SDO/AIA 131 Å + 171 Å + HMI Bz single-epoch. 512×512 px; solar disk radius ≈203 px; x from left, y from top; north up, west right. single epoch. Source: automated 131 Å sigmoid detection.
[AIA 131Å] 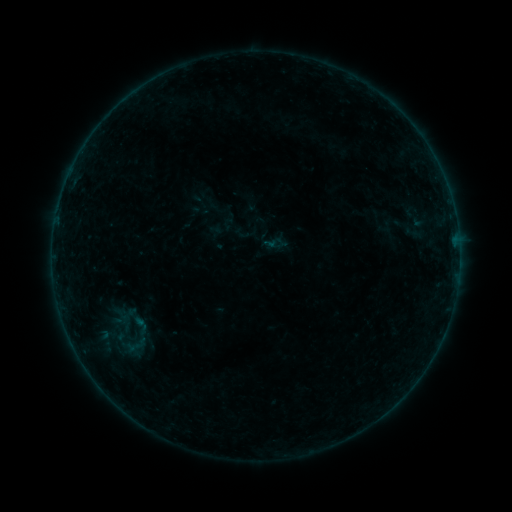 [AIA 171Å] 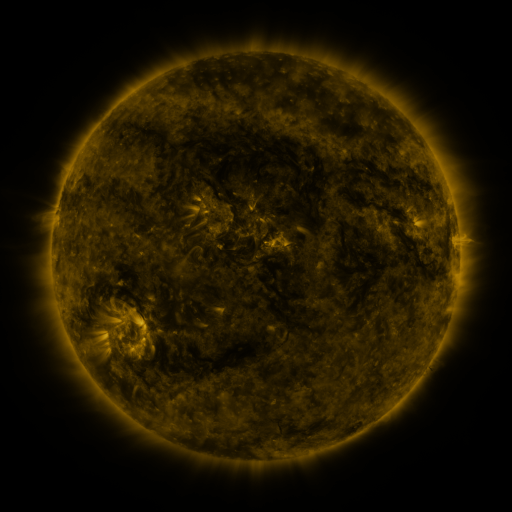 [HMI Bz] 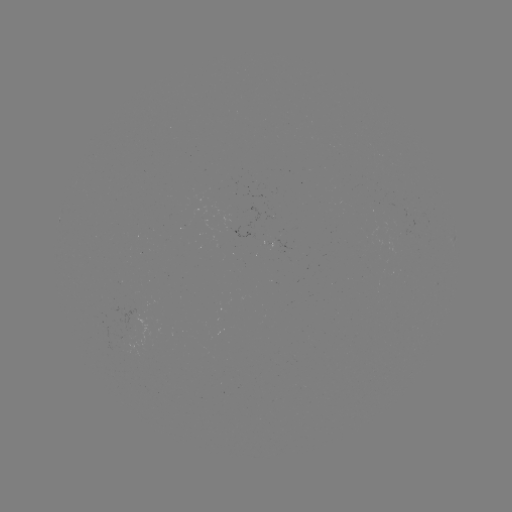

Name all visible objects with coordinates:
sigmoid: (140, 326)
